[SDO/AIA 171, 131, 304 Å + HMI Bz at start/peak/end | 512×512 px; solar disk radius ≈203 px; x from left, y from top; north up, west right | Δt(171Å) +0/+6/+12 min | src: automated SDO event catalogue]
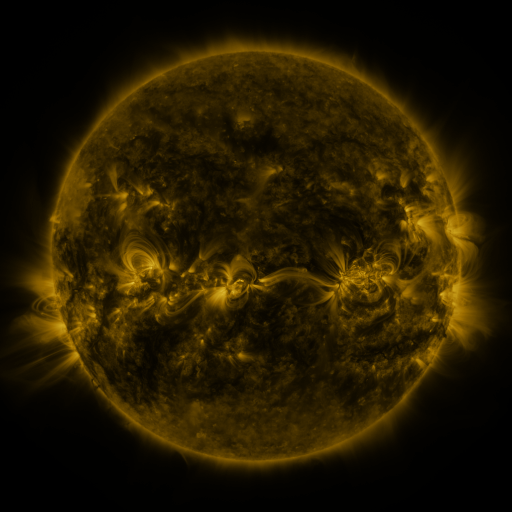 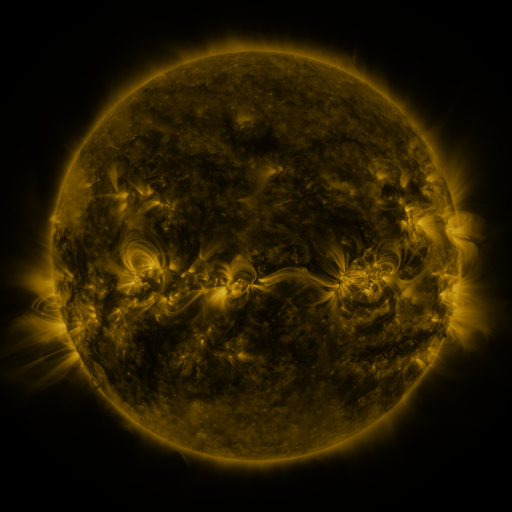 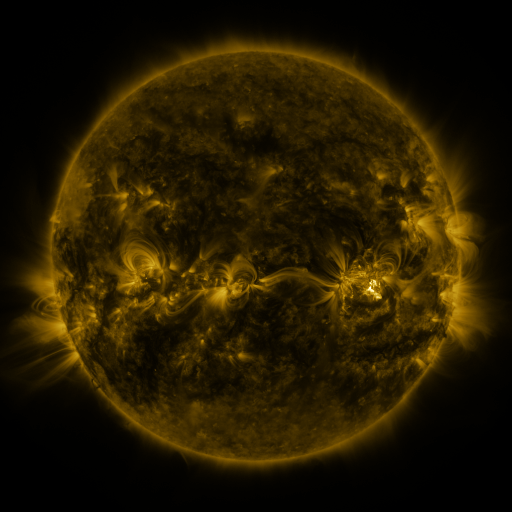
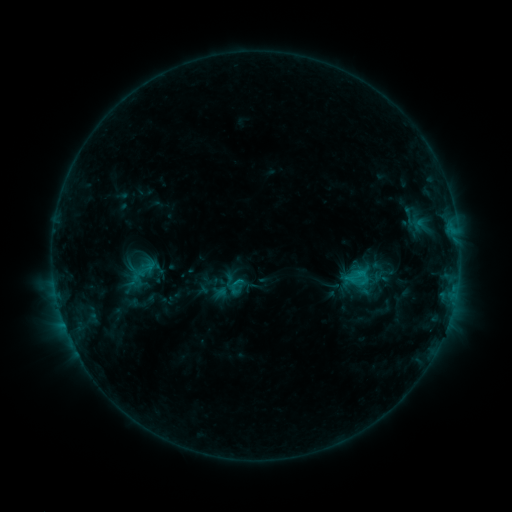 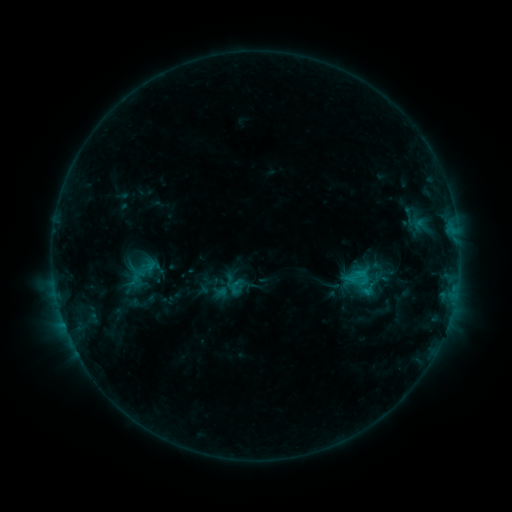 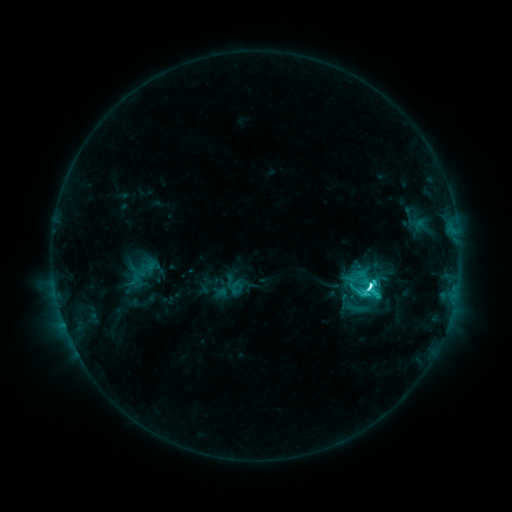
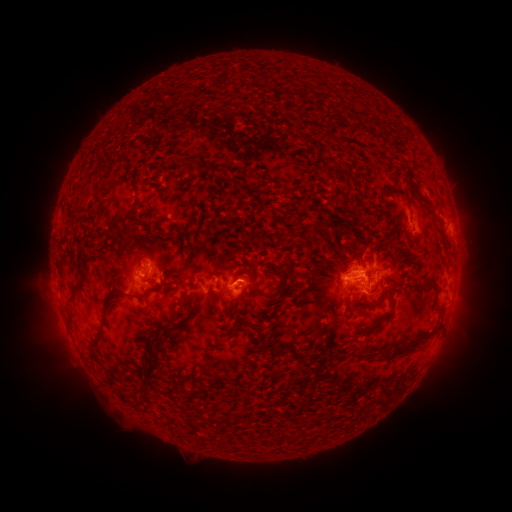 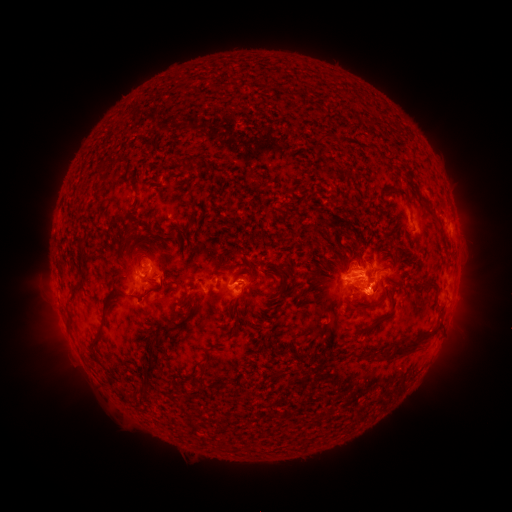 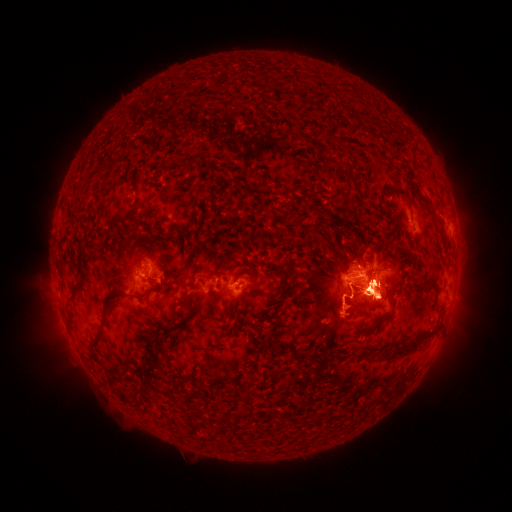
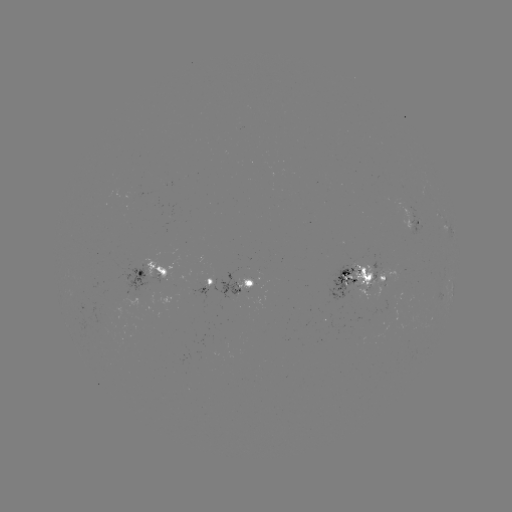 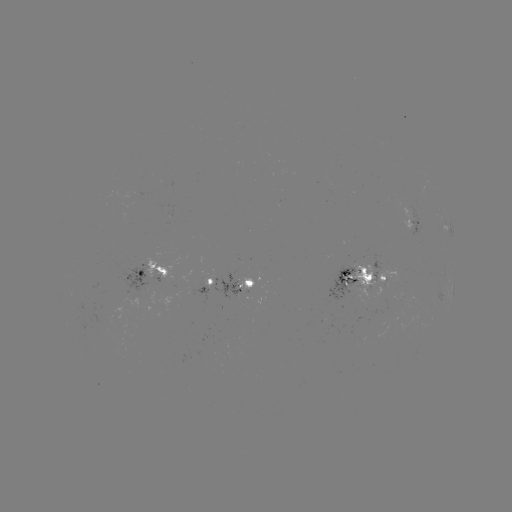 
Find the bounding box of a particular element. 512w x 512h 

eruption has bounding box [213, 183, 511, 407].